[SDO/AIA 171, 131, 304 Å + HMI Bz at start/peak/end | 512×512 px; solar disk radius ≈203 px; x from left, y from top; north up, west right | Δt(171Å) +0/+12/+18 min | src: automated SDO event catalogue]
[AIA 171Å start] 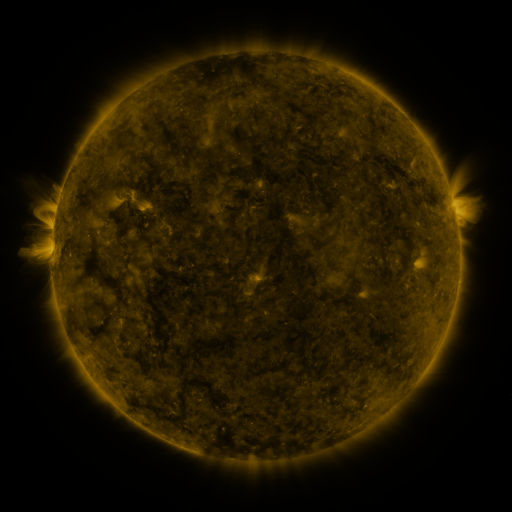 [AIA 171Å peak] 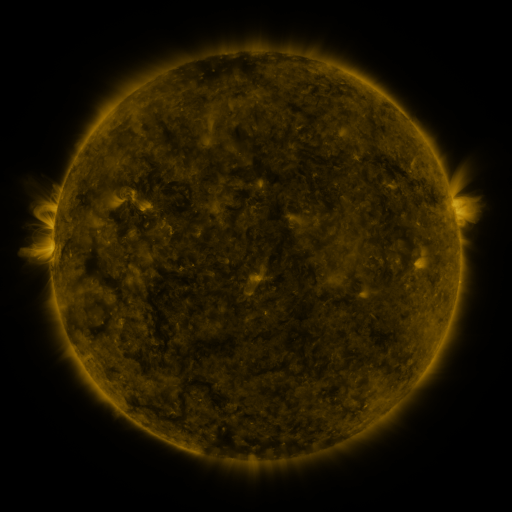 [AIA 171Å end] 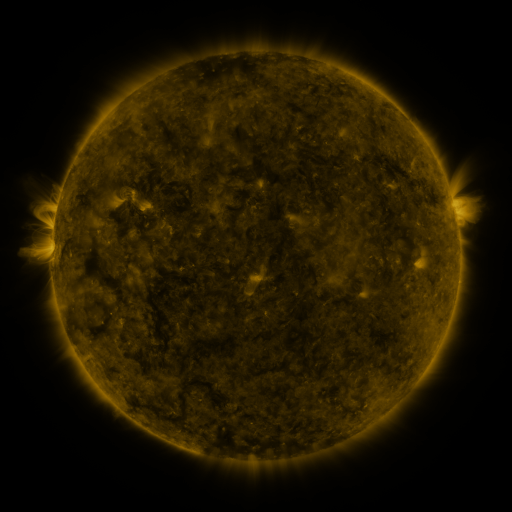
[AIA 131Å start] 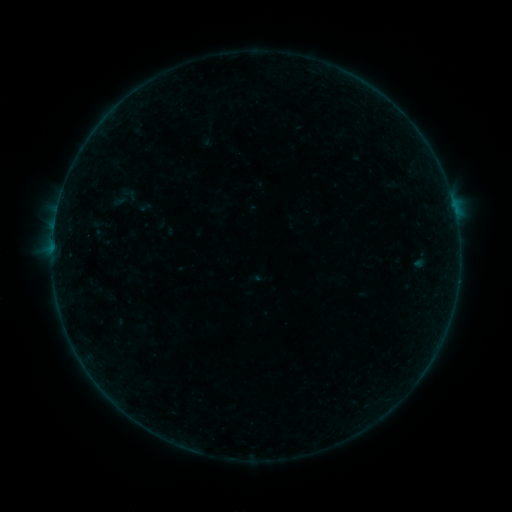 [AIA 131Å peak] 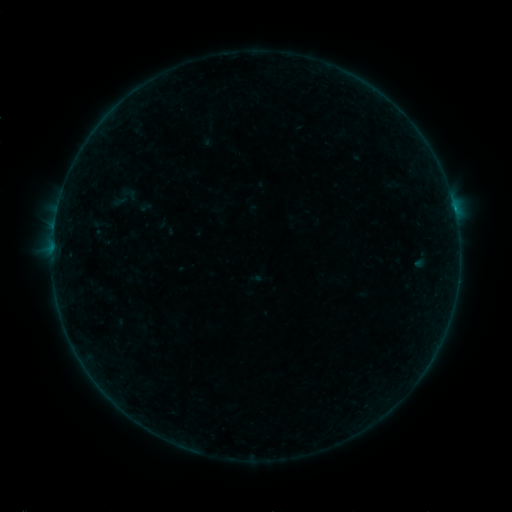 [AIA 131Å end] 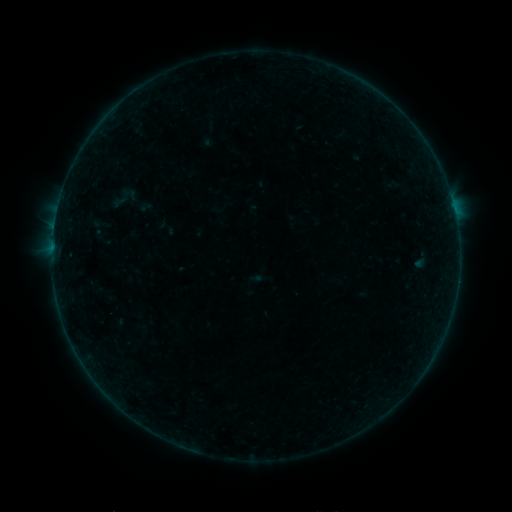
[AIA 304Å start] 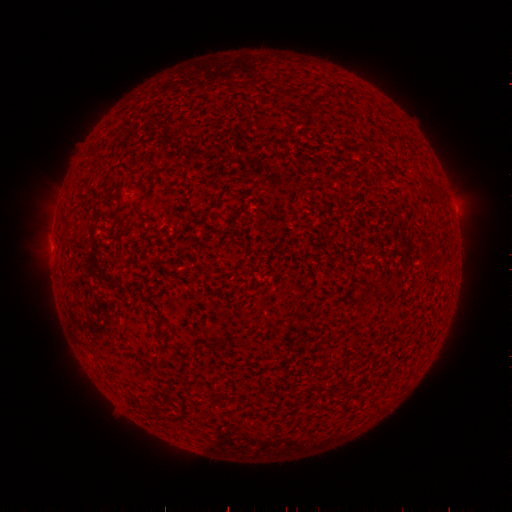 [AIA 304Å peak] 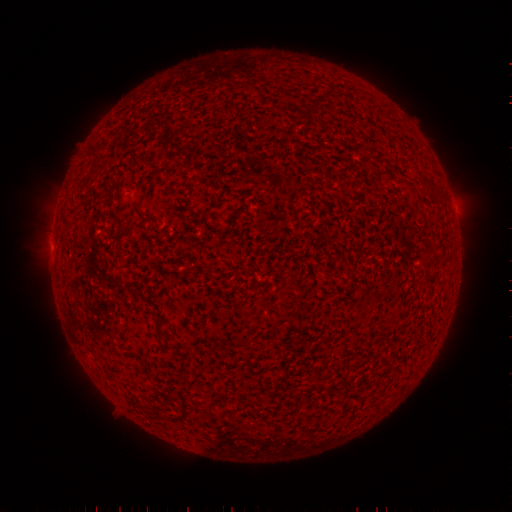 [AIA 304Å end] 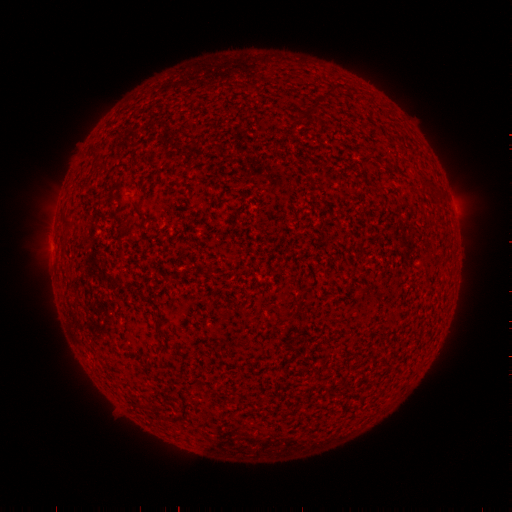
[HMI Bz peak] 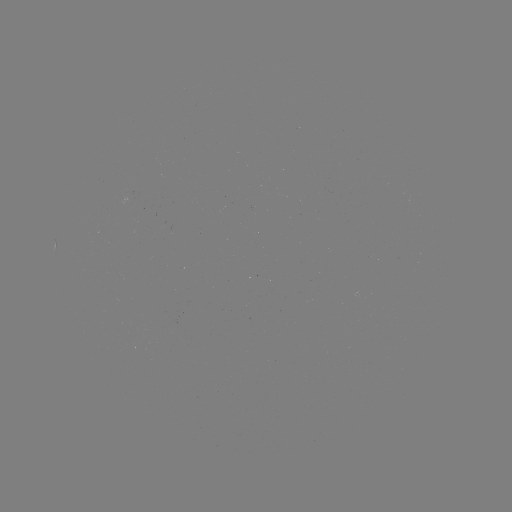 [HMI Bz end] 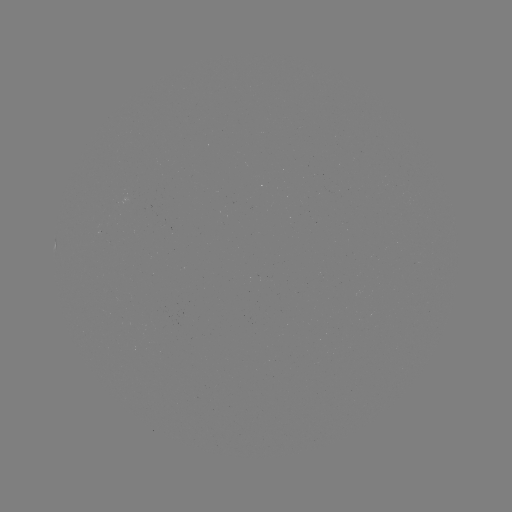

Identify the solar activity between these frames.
B3.4 flare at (453, 209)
